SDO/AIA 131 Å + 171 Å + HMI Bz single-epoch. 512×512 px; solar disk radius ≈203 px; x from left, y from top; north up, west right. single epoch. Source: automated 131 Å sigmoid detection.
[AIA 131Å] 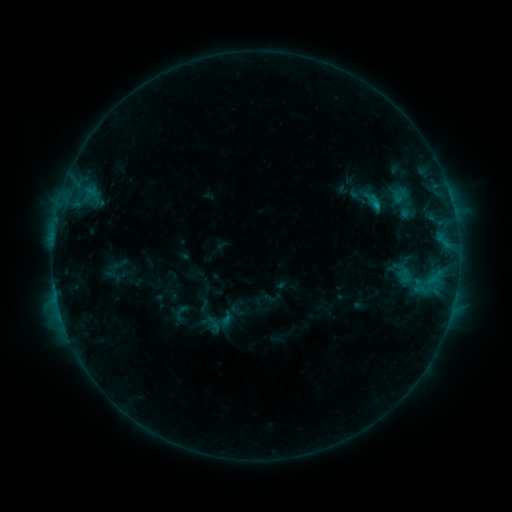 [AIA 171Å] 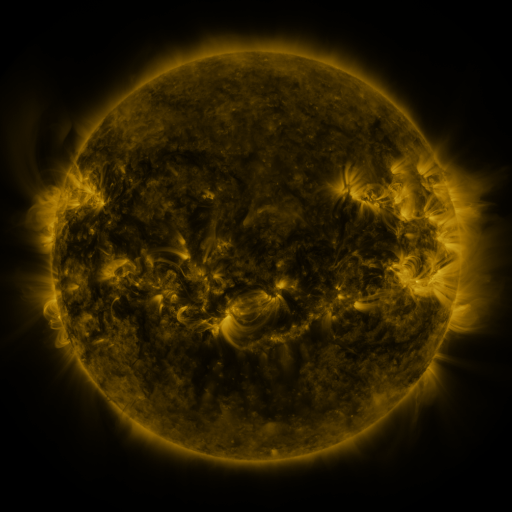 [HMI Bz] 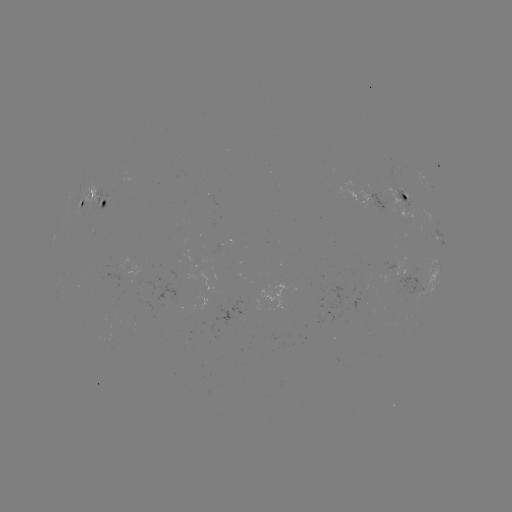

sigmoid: (192, 300, 229, 331)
